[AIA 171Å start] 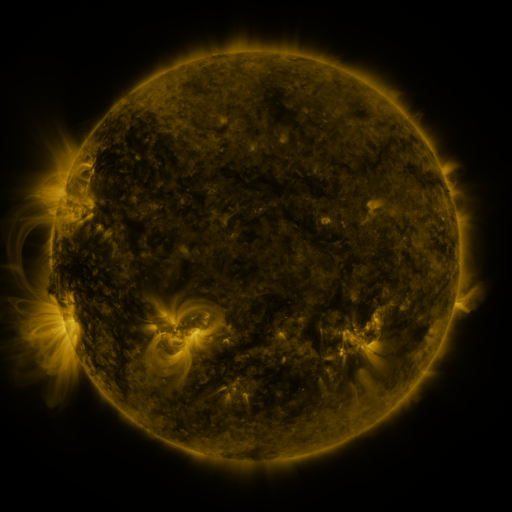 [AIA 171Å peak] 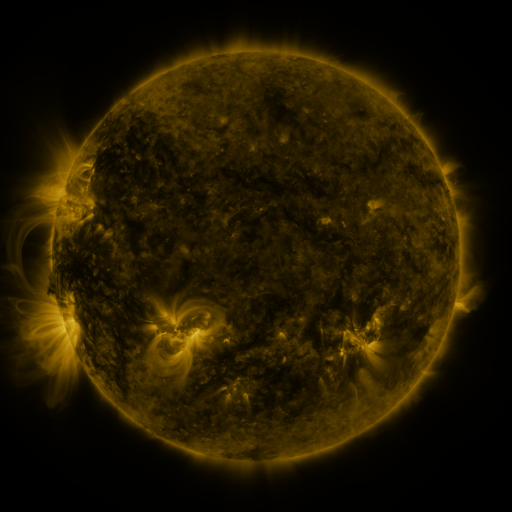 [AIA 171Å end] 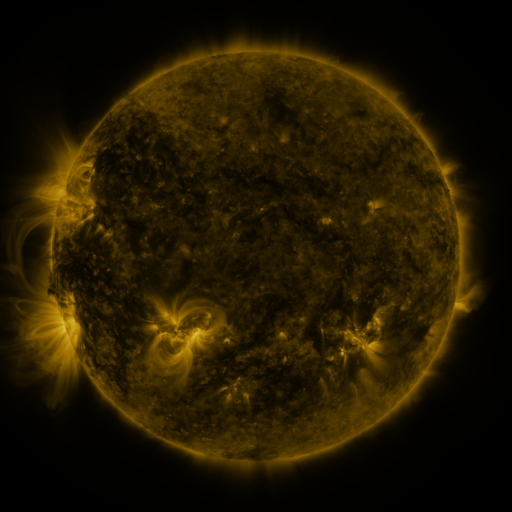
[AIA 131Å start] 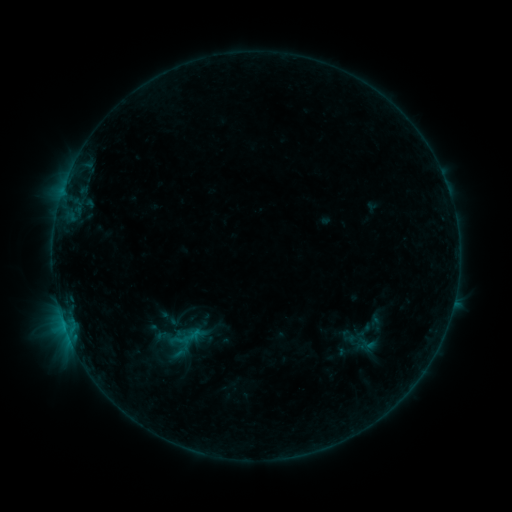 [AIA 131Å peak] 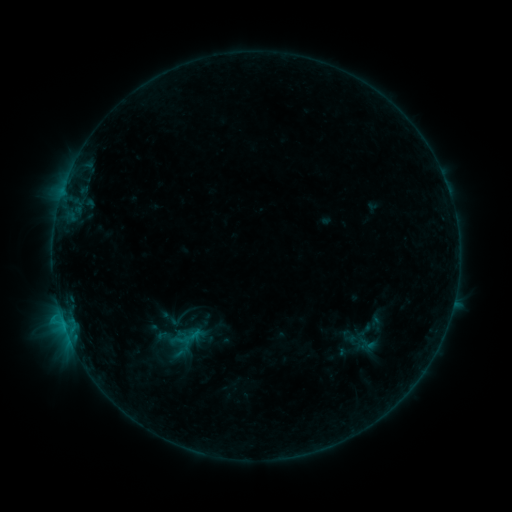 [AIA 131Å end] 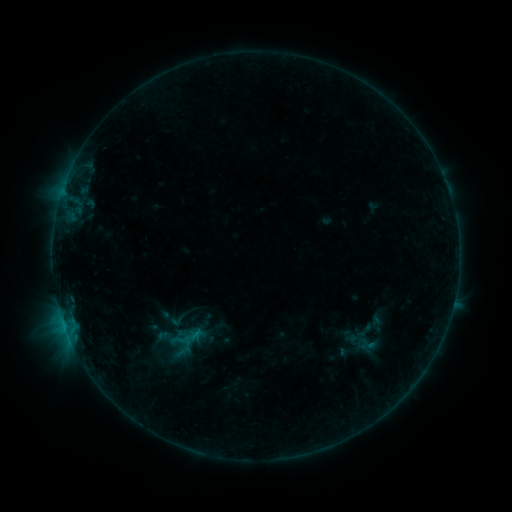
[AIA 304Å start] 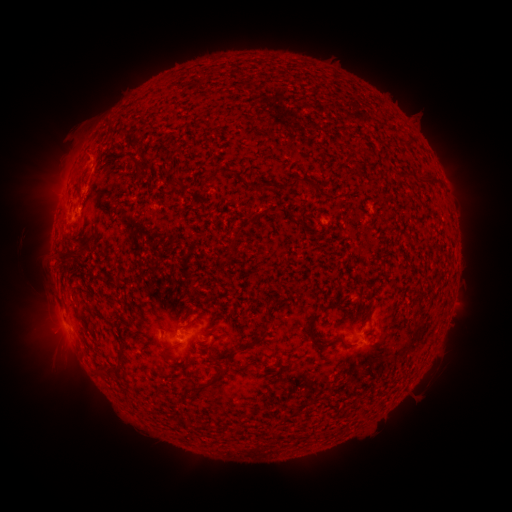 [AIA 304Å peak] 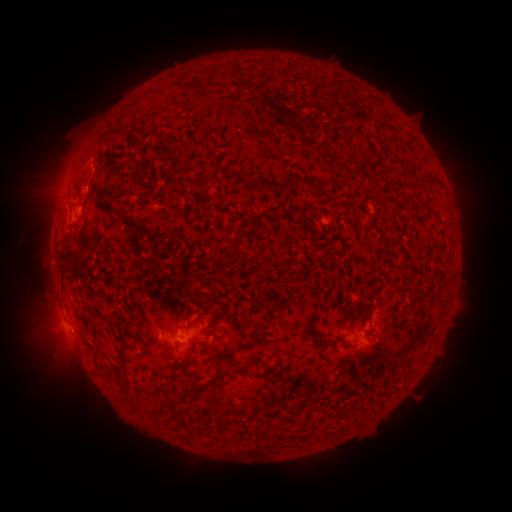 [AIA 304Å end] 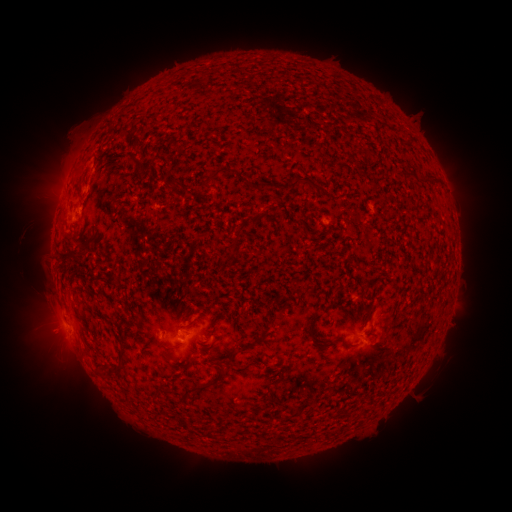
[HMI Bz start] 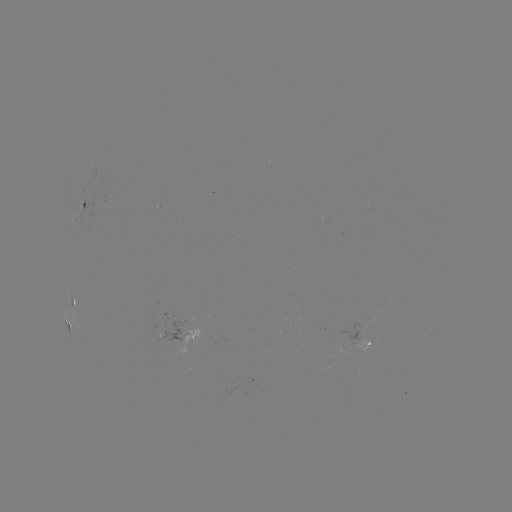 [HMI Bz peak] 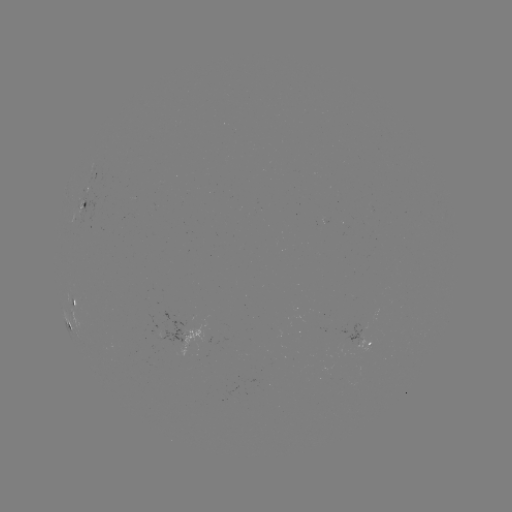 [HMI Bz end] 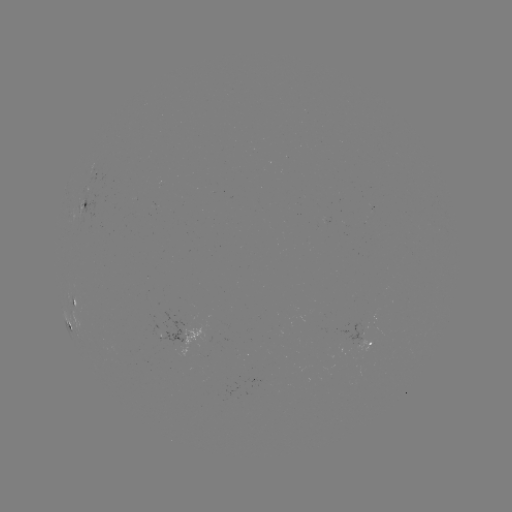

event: flare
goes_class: B4.4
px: (61, 315)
